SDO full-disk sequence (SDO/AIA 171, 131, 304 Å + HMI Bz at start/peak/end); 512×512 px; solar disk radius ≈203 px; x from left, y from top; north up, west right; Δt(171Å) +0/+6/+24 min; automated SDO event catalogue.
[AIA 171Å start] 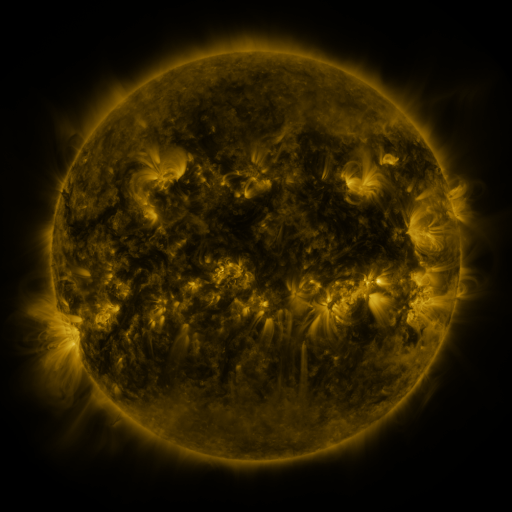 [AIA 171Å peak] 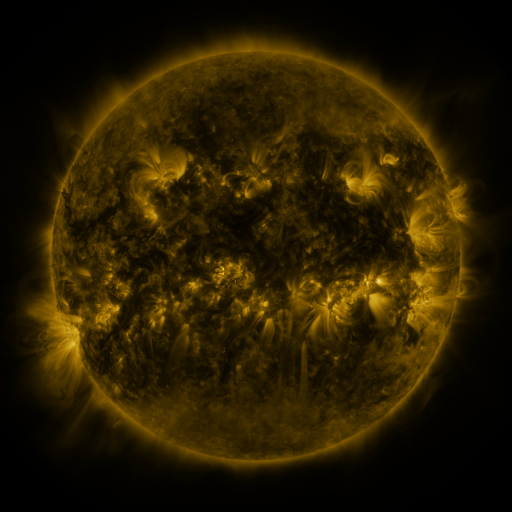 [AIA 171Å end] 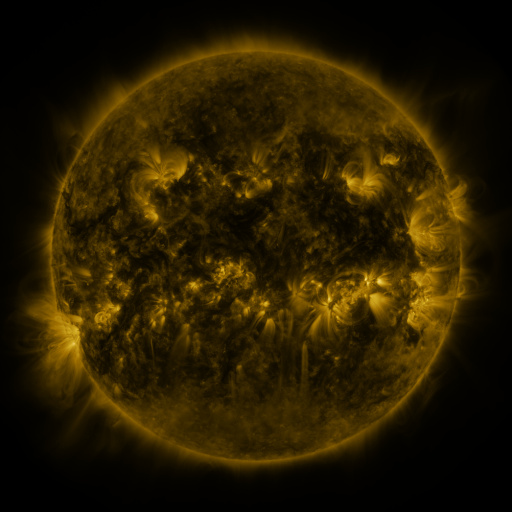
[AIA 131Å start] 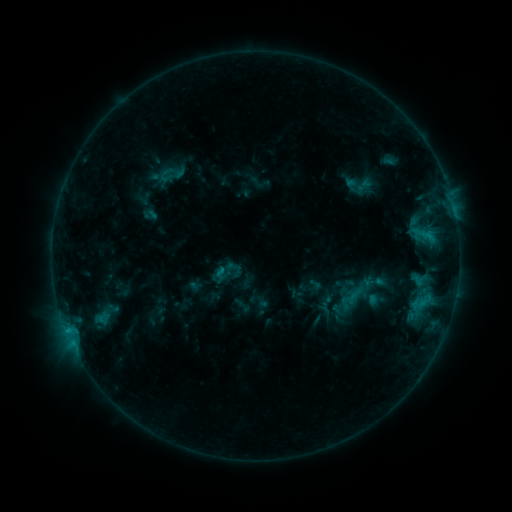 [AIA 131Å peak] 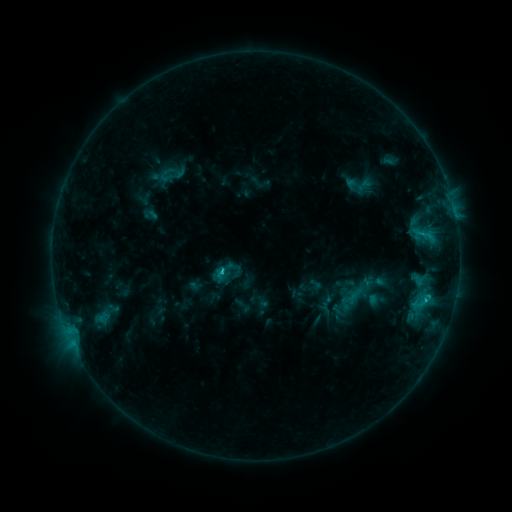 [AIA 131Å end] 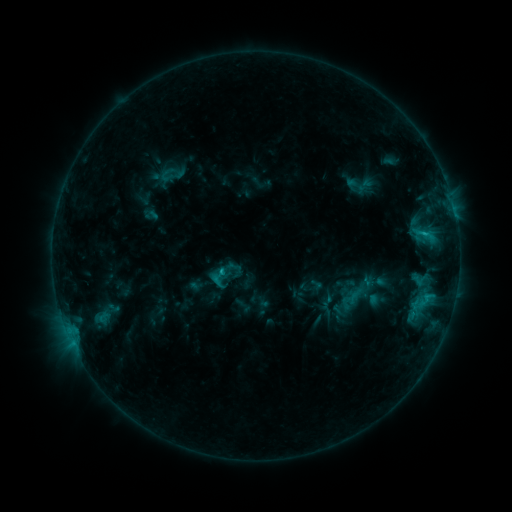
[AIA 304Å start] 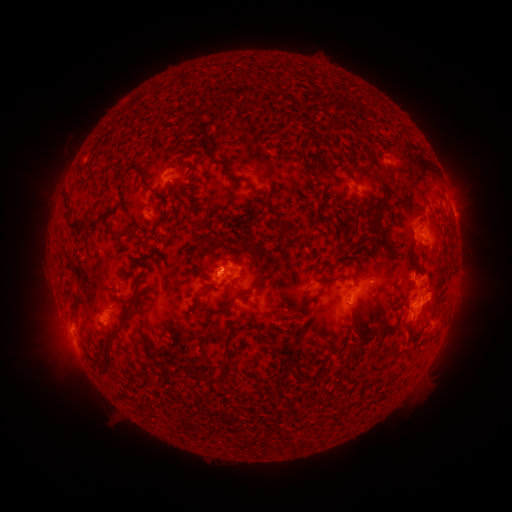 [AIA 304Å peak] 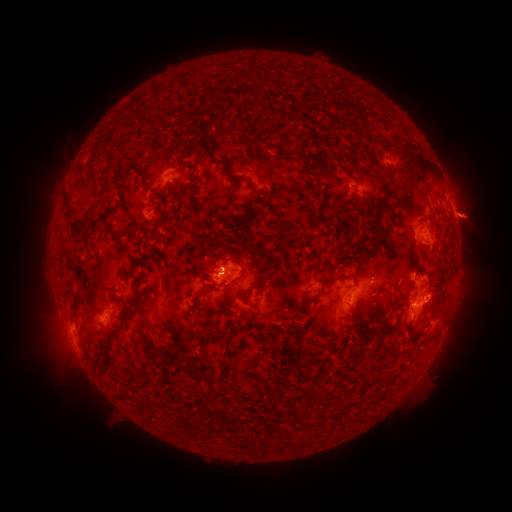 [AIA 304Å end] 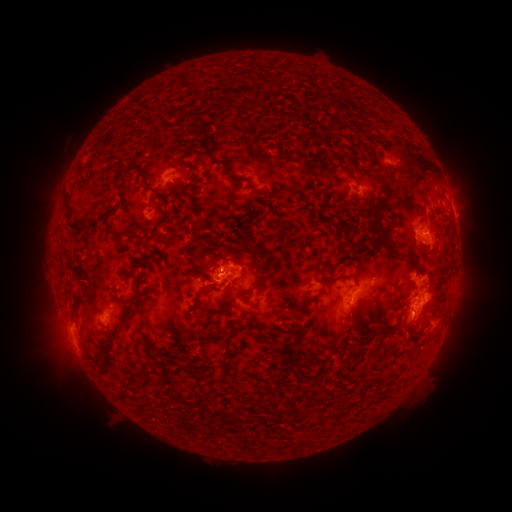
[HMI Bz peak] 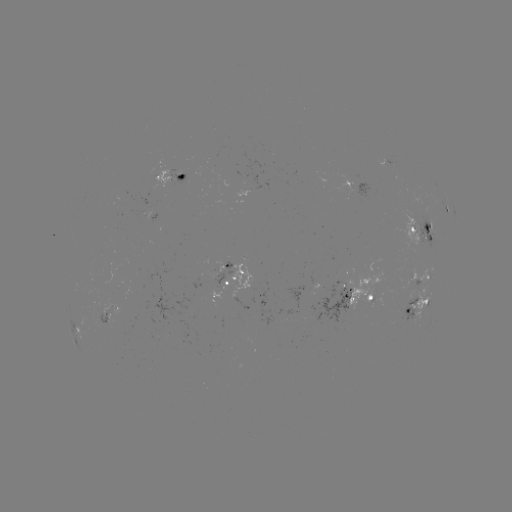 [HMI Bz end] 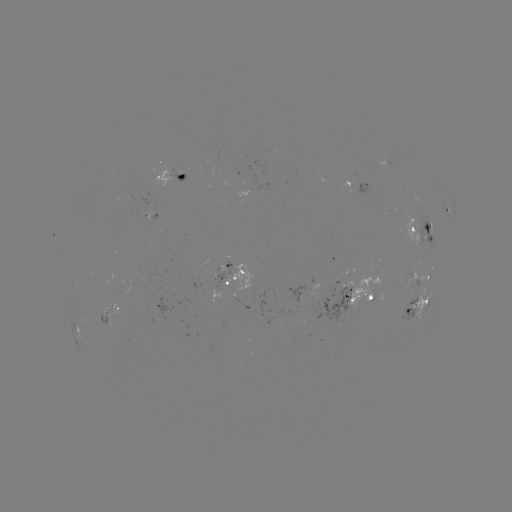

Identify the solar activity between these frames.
C2.4 flare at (224, 269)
